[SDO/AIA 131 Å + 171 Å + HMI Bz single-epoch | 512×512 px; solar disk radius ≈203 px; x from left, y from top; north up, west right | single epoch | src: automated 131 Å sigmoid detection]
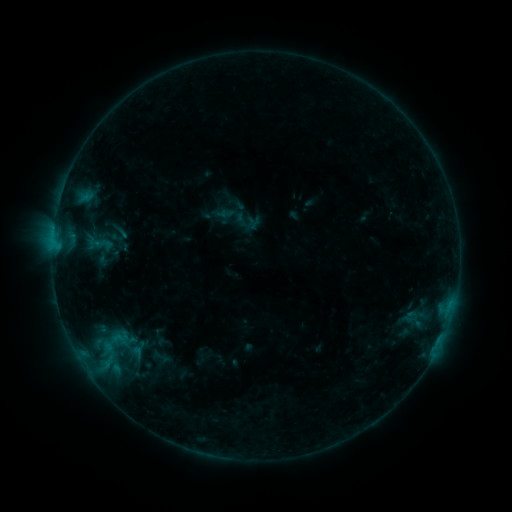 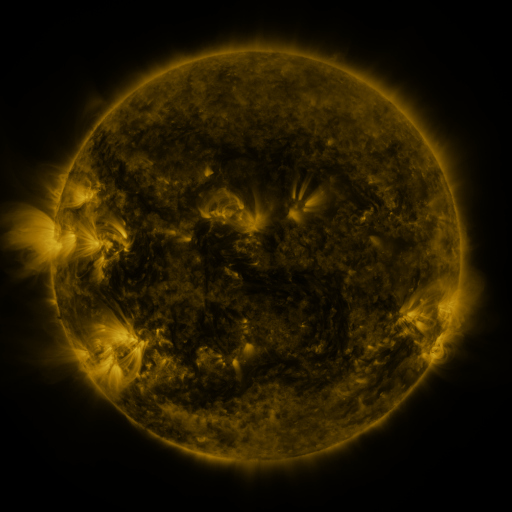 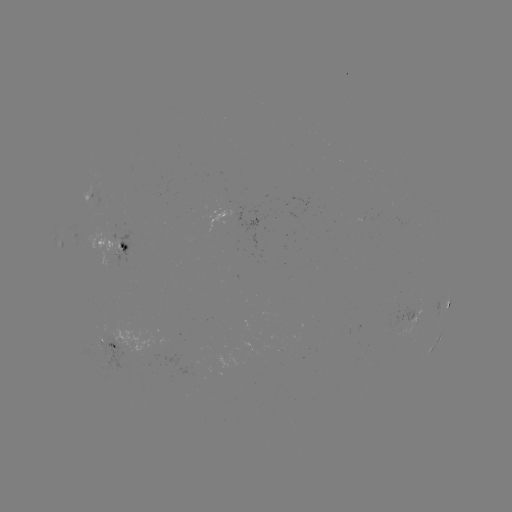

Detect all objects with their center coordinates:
sigmoid: (238, 212)
sigmoid: (120, 231)
sigmoid: (103, 244)
